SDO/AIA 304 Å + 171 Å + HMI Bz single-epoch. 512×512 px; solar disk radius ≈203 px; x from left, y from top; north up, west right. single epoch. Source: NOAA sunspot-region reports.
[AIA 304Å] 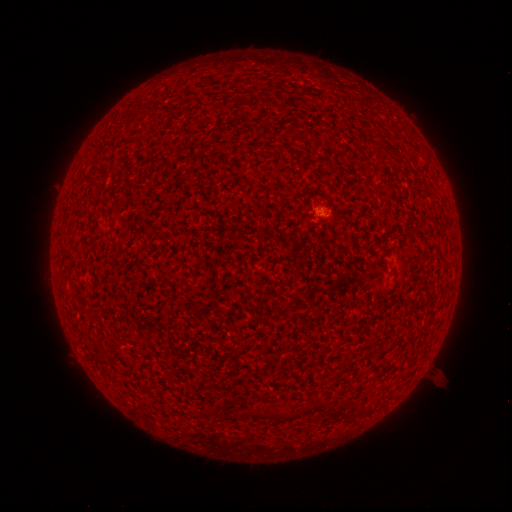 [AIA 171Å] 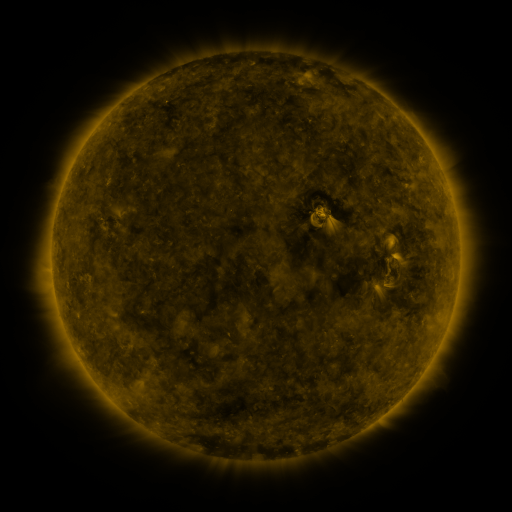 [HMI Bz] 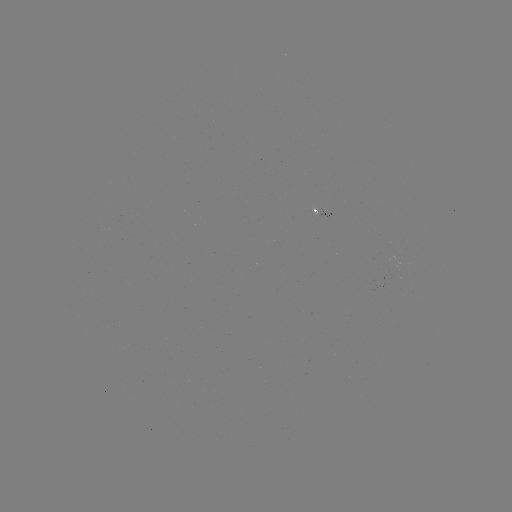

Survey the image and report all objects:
spotted active region: (324, 210)
